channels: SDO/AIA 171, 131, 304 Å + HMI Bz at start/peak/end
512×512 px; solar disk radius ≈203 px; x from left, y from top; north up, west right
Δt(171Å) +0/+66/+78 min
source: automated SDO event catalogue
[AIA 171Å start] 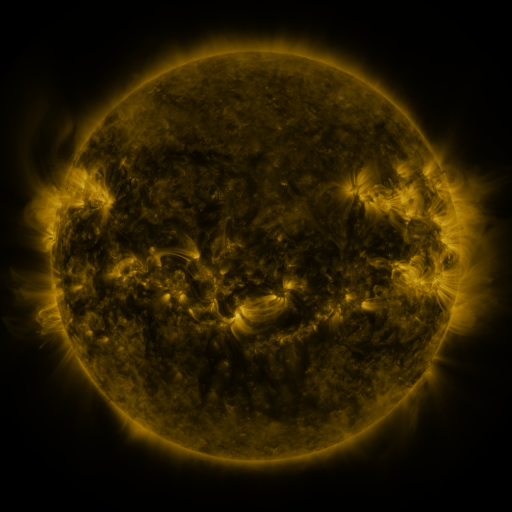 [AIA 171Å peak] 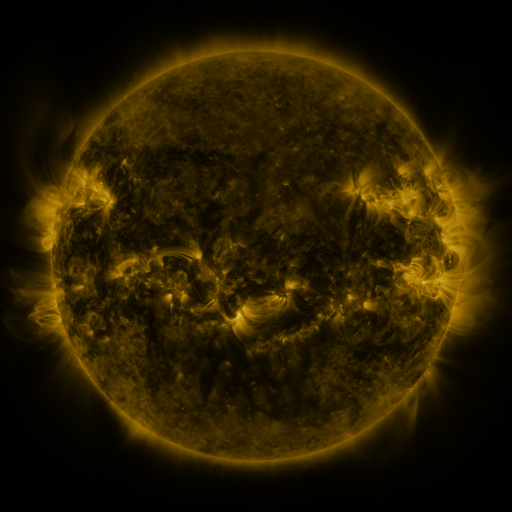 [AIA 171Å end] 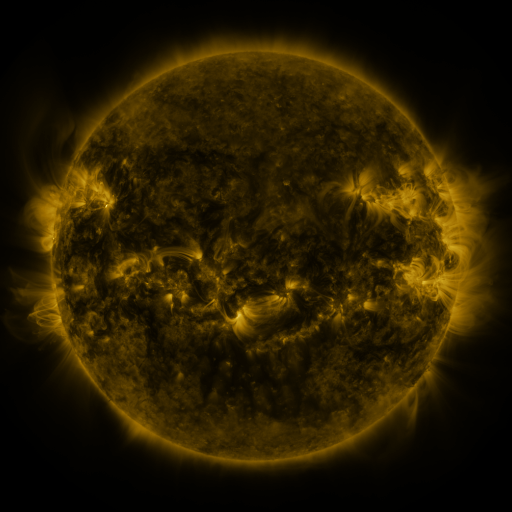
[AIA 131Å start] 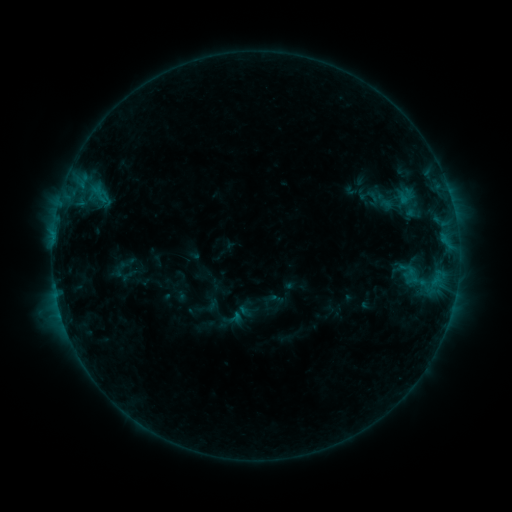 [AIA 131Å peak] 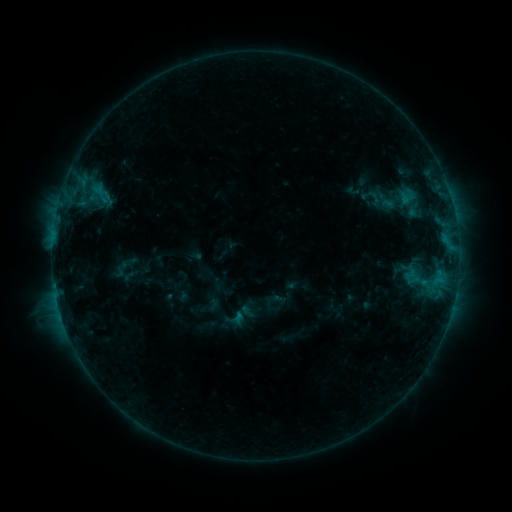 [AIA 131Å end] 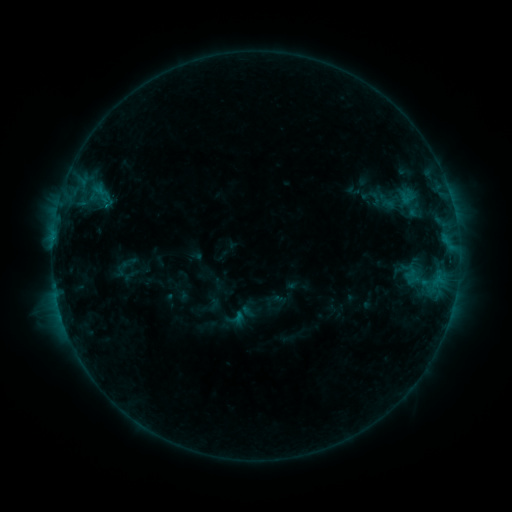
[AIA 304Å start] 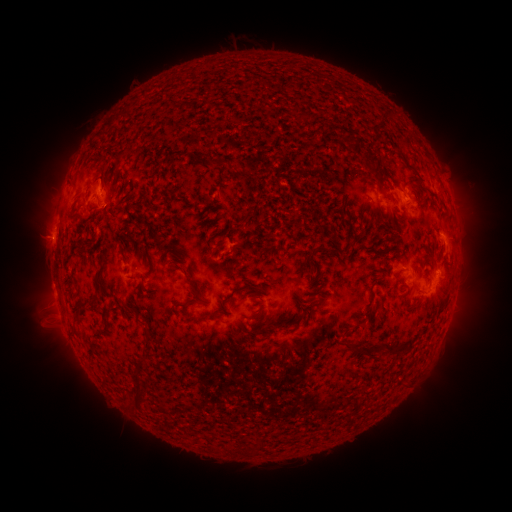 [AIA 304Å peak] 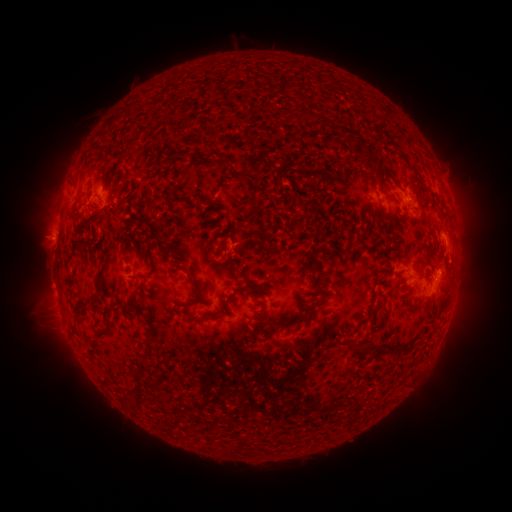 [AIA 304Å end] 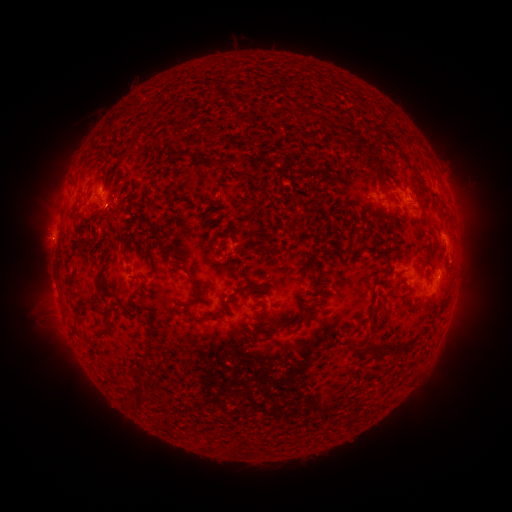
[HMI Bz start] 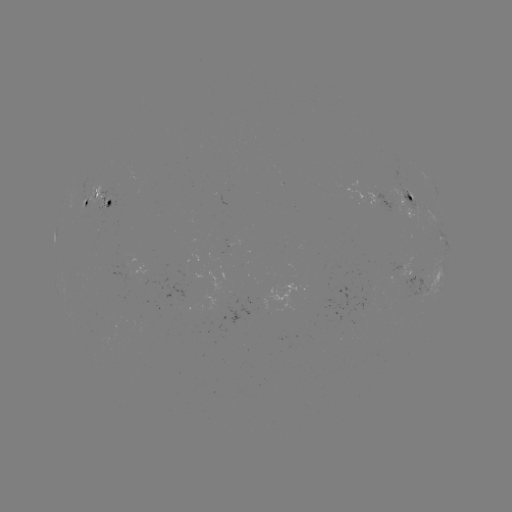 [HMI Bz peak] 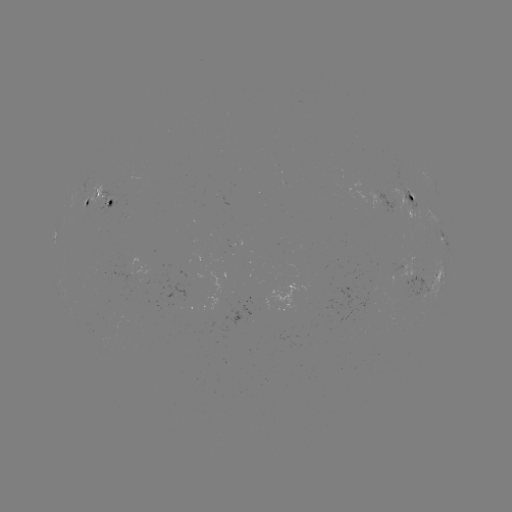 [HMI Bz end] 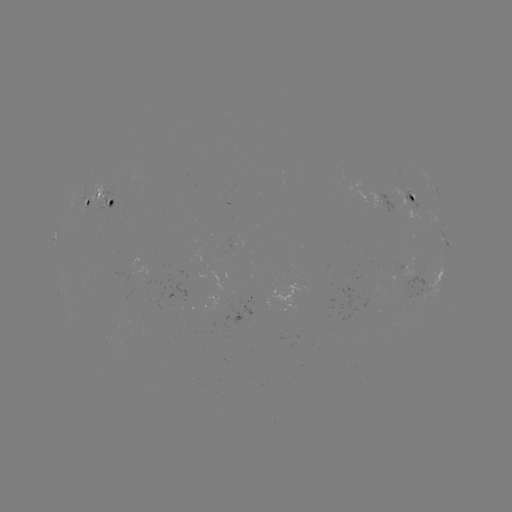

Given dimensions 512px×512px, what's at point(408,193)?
emerging-flux region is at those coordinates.